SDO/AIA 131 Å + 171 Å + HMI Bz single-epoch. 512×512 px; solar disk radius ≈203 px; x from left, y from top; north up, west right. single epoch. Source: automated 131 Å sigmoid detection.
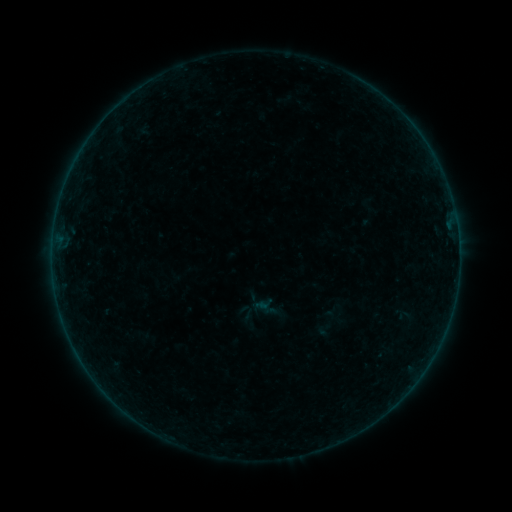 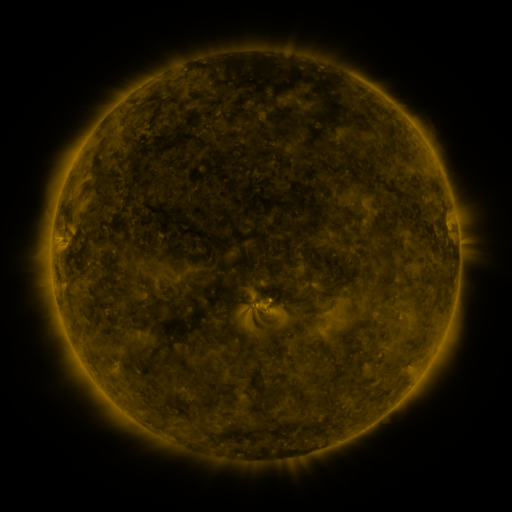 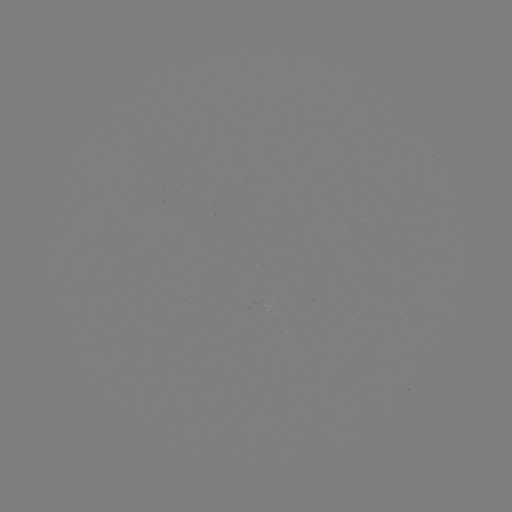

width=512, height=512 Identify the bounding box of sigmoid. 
[236, 302, 257, 323].